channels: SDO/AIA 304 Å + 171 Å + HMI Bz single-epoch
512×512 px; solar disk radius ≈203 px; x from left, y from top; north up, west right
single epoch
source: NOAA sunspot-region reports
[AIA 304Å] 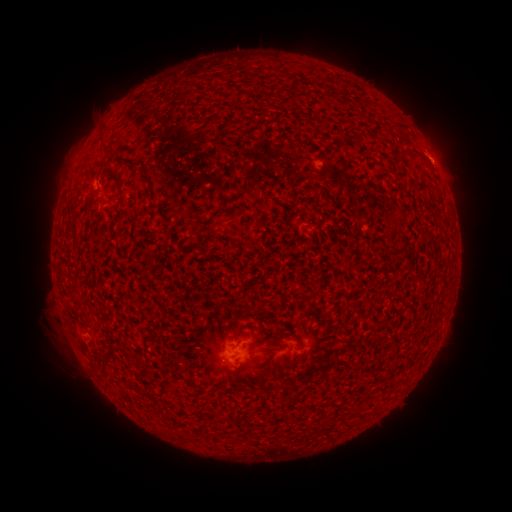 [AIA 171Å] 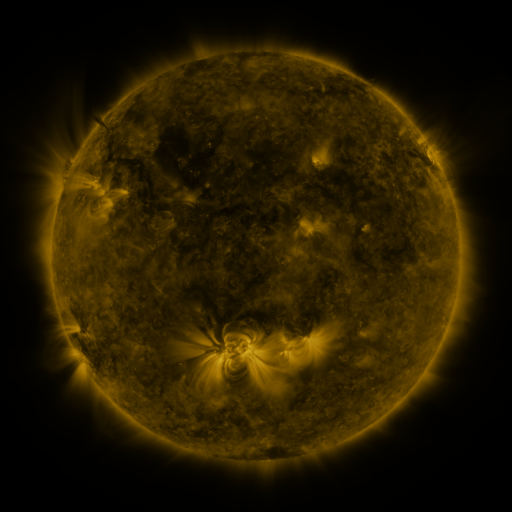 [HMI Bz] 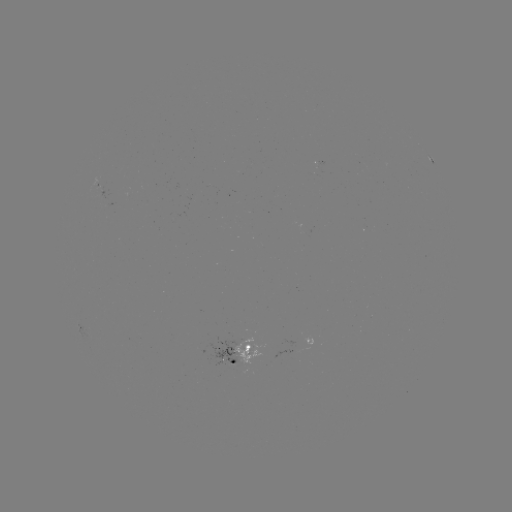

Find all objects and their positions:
spotted active region: (96, 185)
spotted active region: (236, 352)
